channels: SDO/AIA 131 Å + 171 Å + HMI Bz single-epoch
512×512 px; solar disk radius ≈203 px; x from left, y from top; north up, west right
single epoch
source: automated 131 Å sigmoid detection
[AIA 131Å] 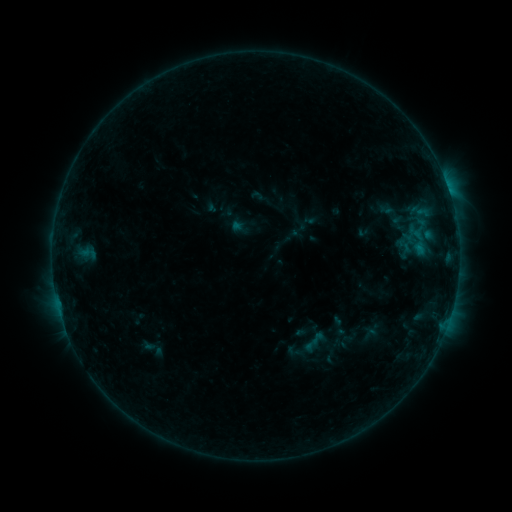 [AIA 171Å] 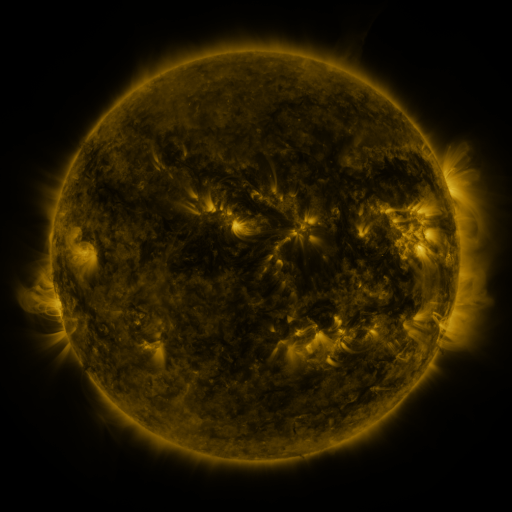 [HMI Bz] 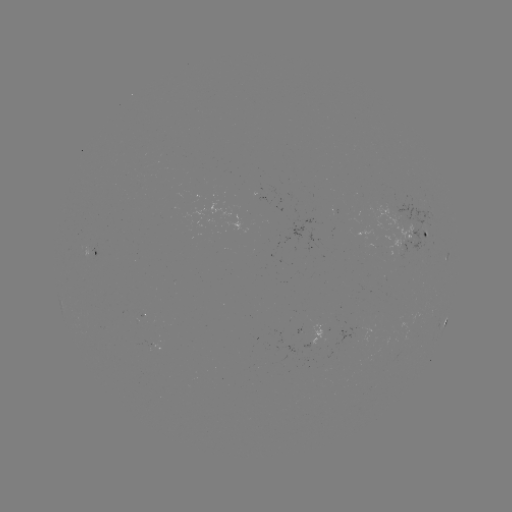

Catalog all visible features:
sigmoid: <bbox>302, 335, 320, 353</bbox>
